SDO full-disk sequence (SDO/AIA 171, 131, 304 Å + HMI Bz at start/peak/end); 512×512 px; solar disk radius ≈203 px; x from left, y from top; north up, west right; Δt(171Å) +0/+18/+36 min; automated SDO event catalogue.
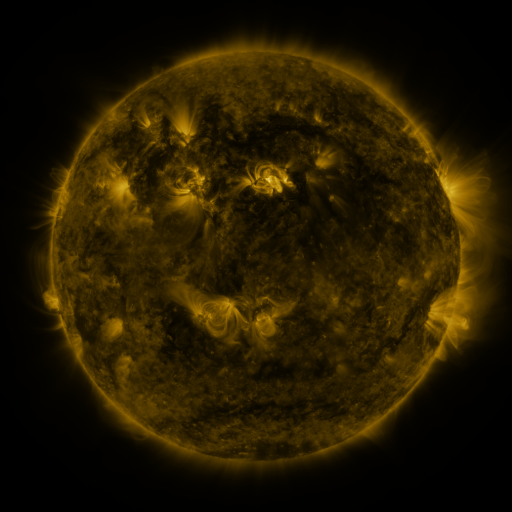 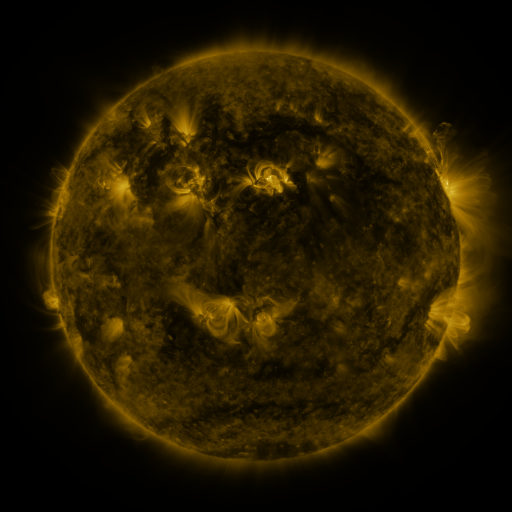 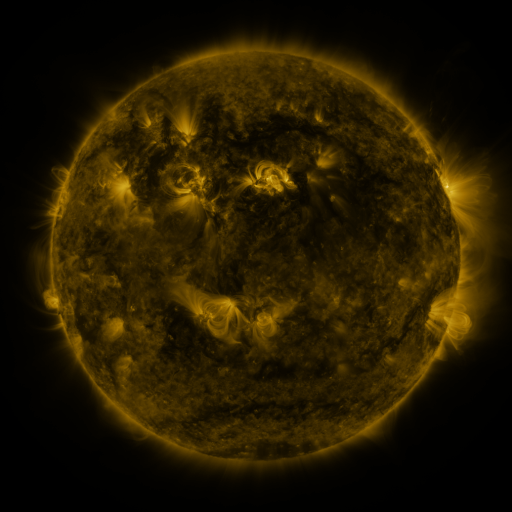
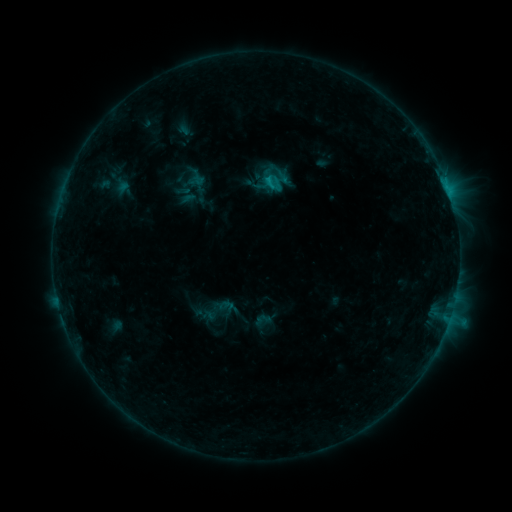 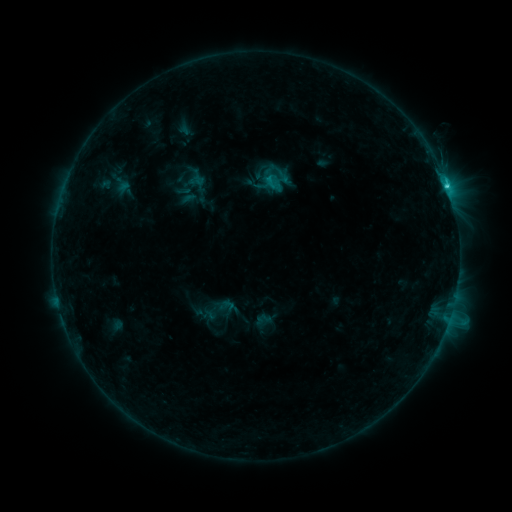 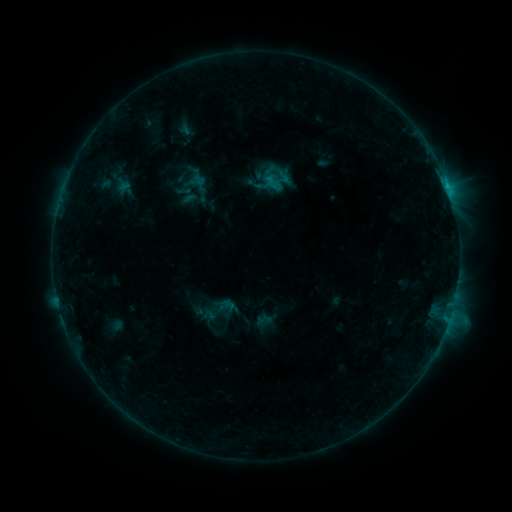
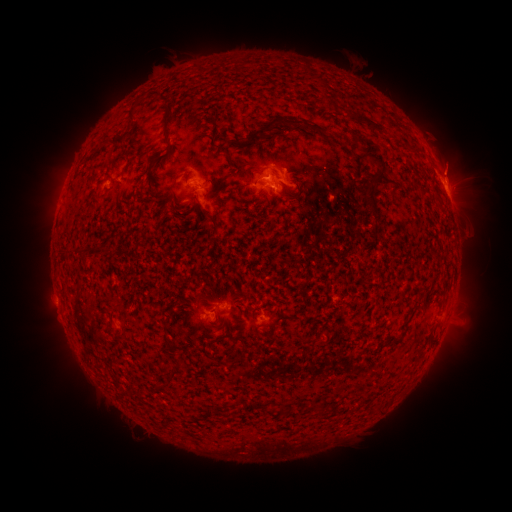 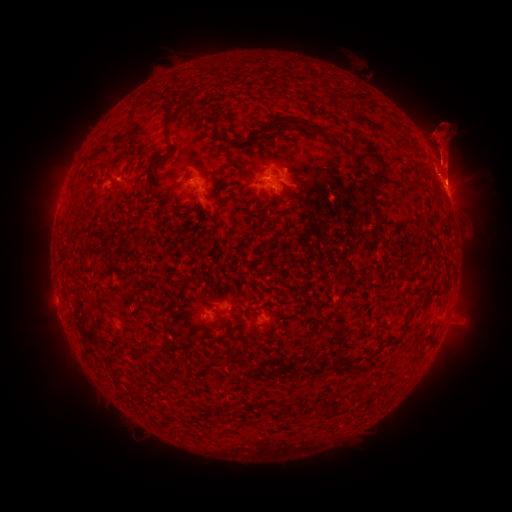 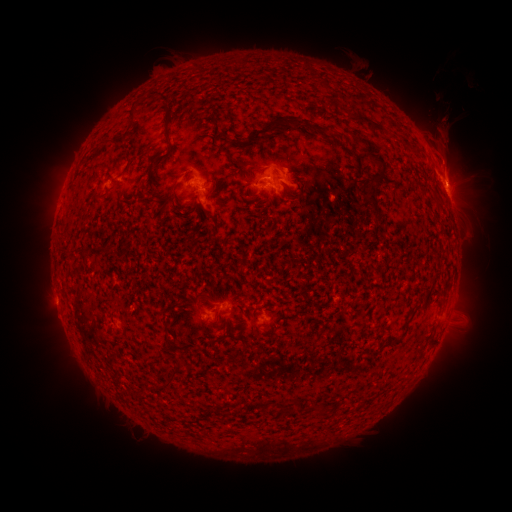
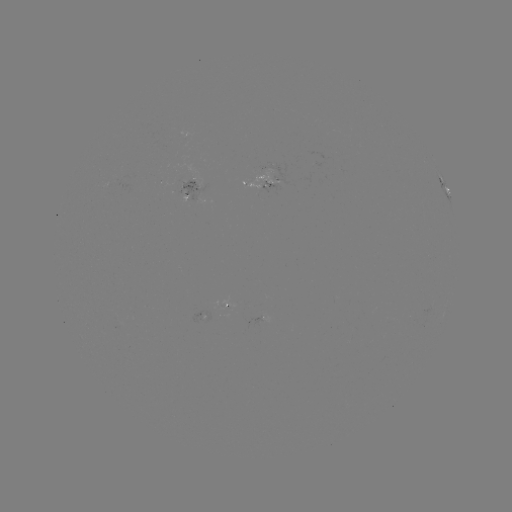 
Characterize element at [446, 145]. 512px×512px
eruption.